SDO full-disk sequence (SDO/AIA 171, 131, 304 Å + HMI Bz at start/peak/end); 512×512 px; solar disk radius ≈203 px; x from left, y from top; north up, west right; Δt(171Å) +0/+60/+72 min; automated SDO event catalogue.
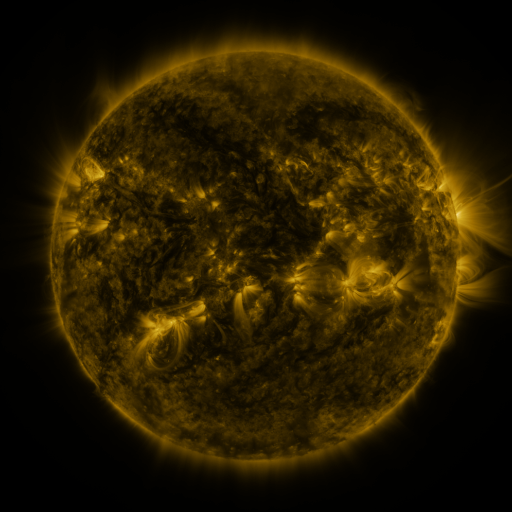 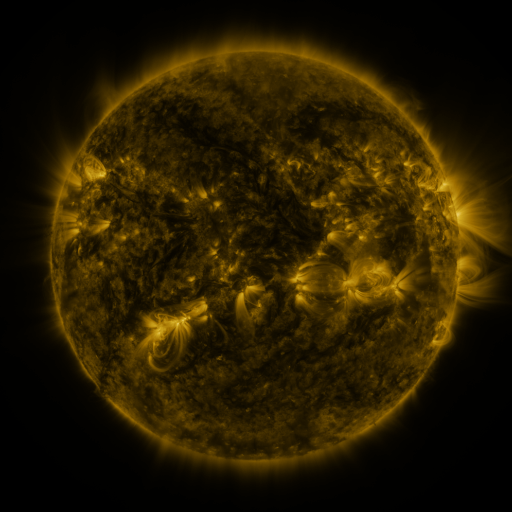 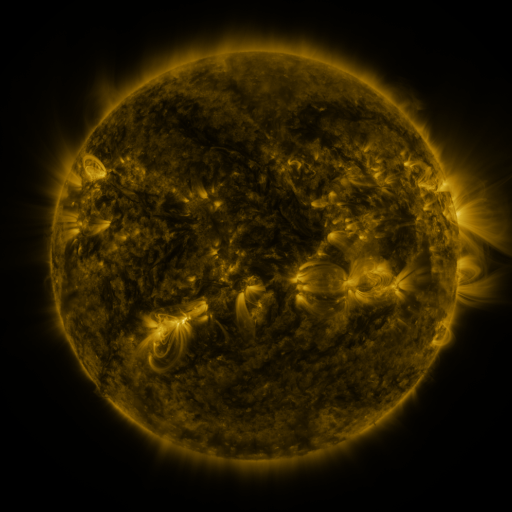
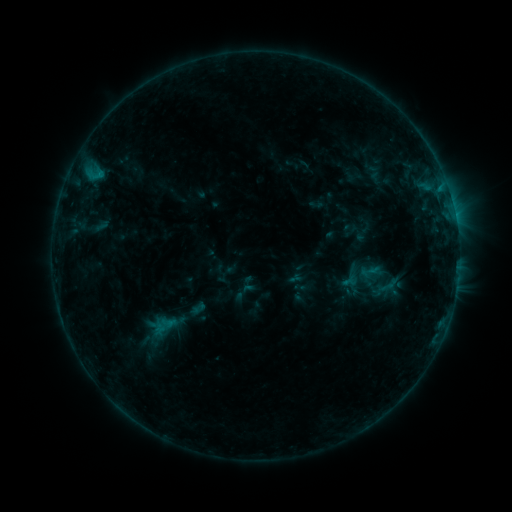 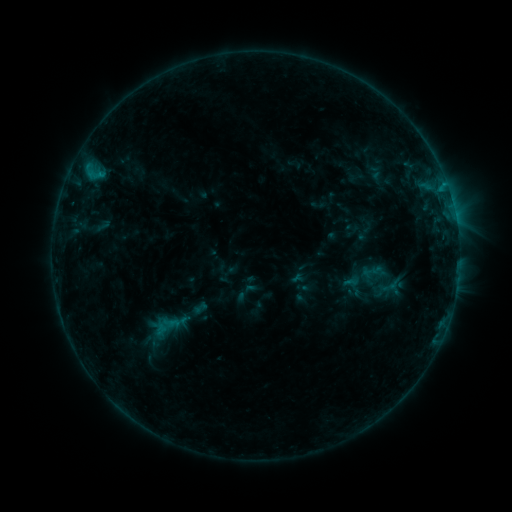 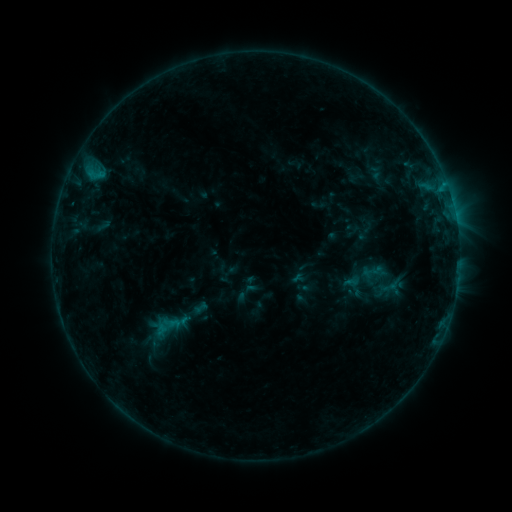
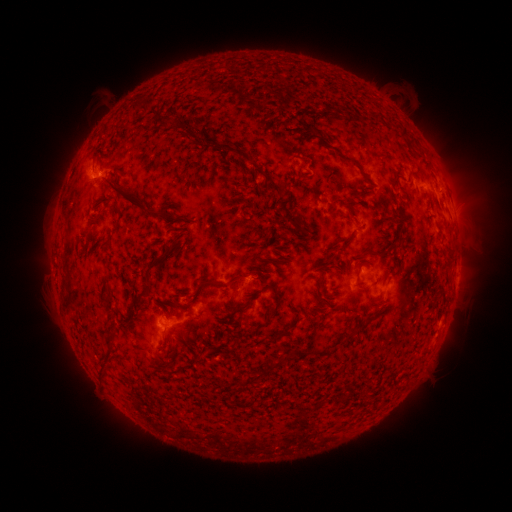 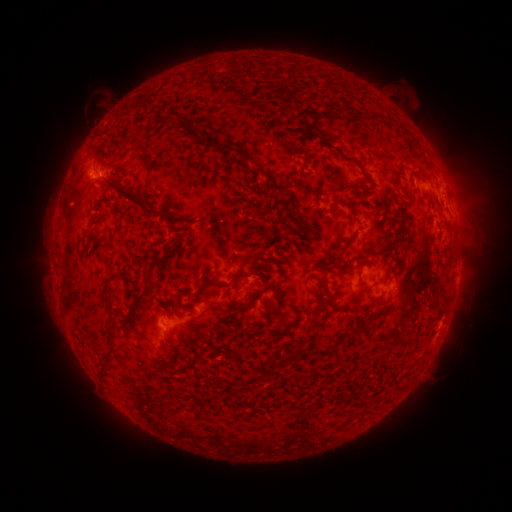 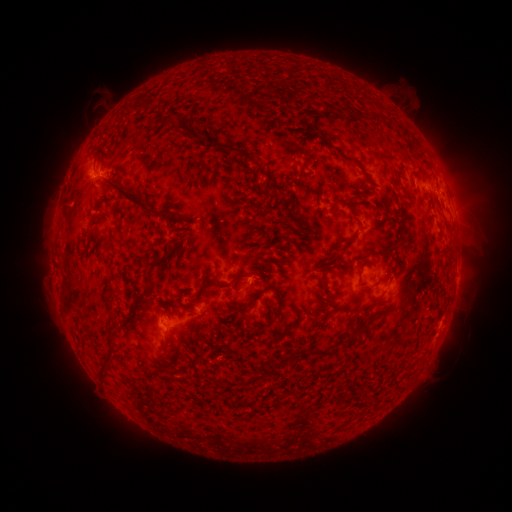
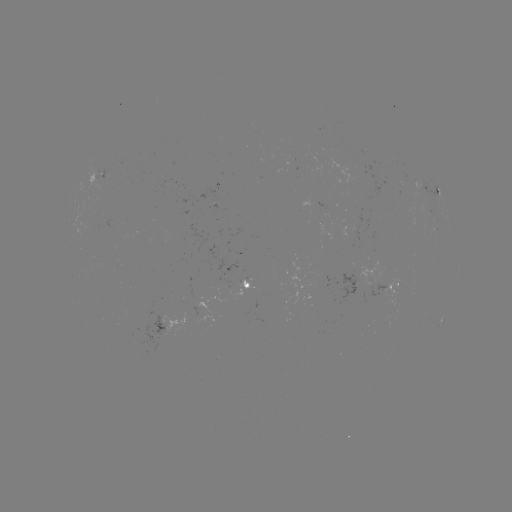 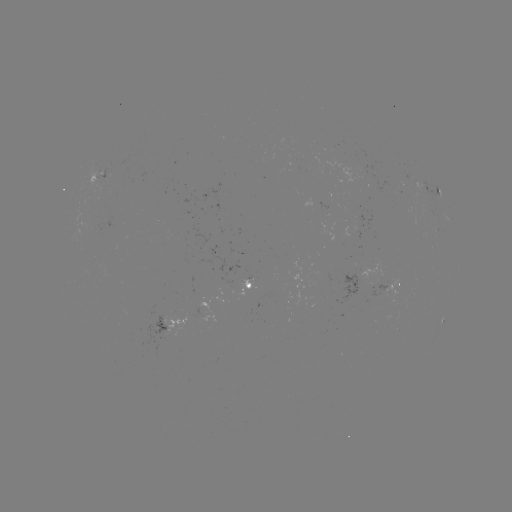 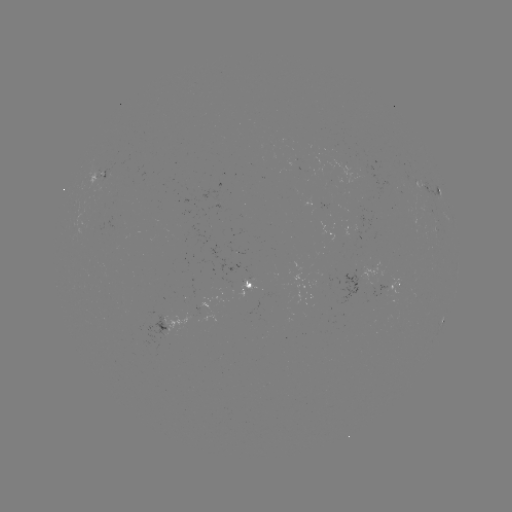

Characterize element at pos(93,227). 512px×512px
emerging-flux region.